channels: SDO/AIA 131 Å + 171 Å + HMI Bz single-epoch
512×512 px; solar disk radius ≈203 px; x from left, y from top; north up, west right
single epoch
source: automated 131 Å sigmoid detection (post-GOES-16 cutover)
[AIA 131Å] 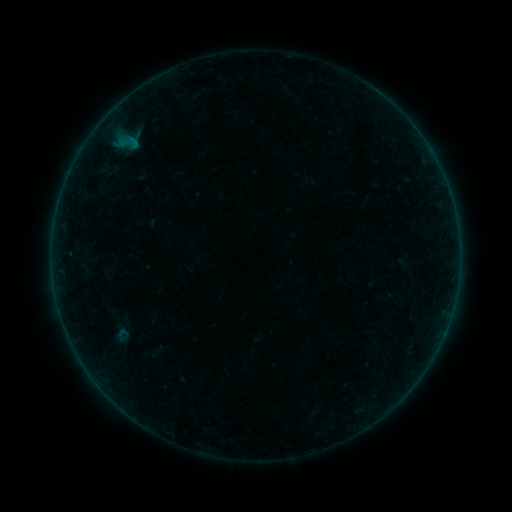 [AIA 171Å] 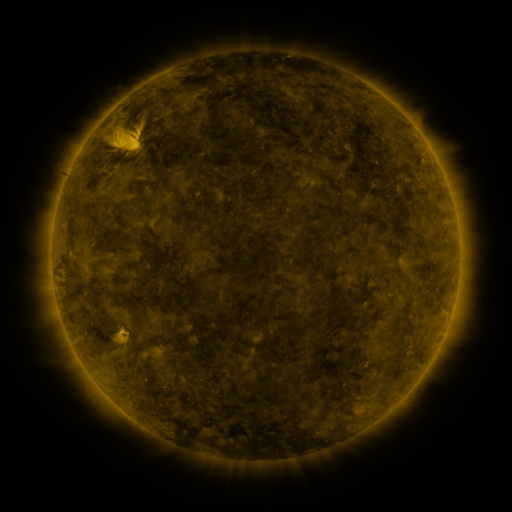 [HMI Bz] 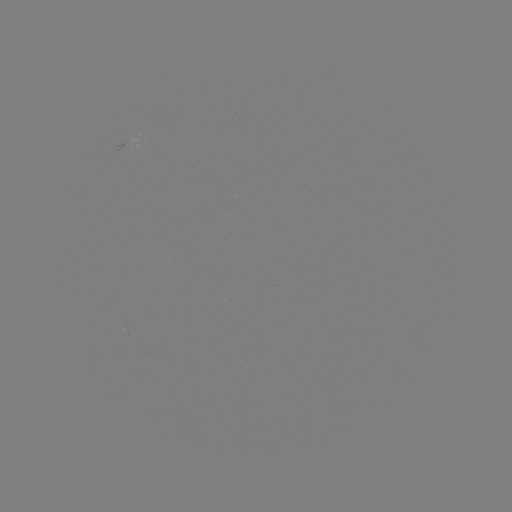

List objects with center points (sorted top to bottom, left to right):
sigmoid: (122, 335)
